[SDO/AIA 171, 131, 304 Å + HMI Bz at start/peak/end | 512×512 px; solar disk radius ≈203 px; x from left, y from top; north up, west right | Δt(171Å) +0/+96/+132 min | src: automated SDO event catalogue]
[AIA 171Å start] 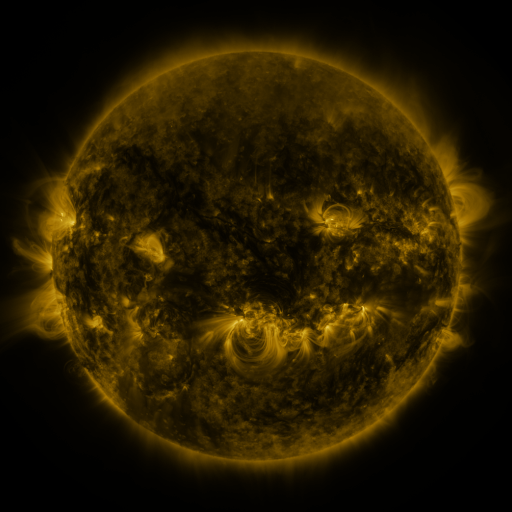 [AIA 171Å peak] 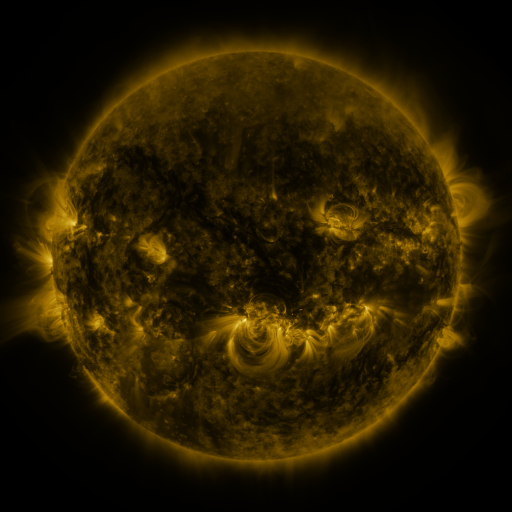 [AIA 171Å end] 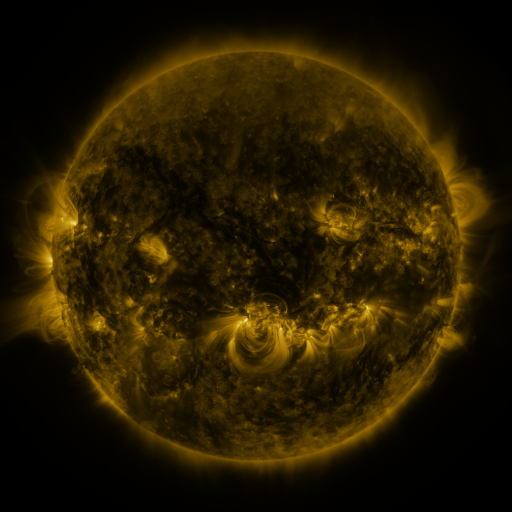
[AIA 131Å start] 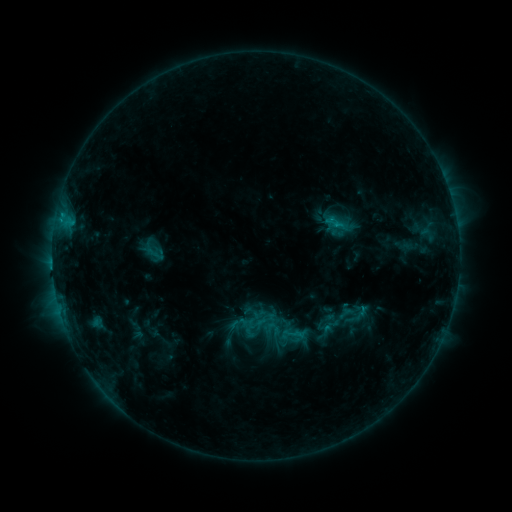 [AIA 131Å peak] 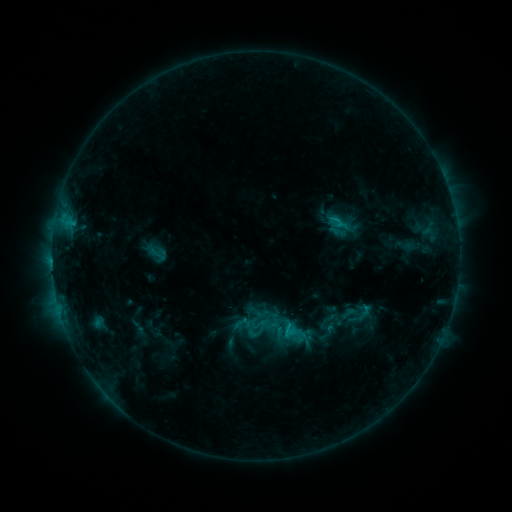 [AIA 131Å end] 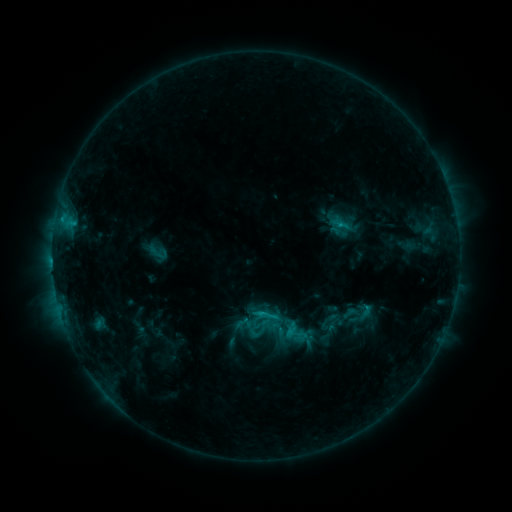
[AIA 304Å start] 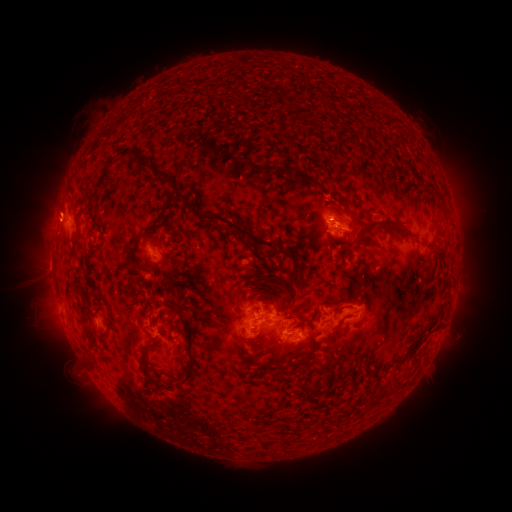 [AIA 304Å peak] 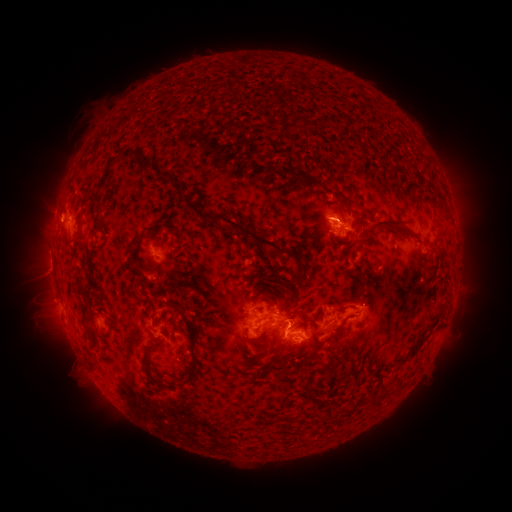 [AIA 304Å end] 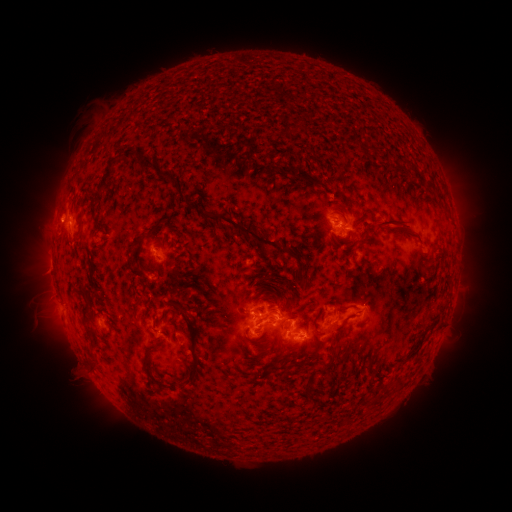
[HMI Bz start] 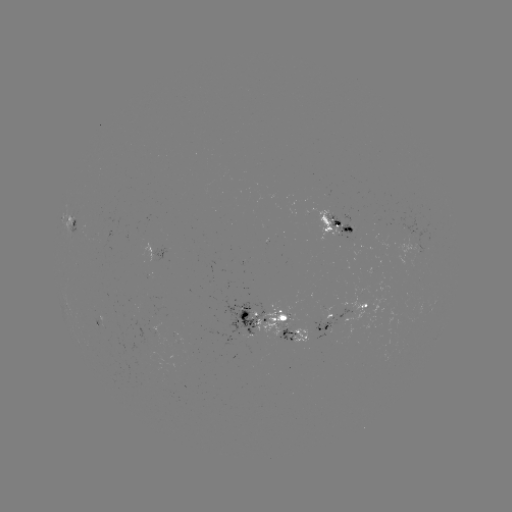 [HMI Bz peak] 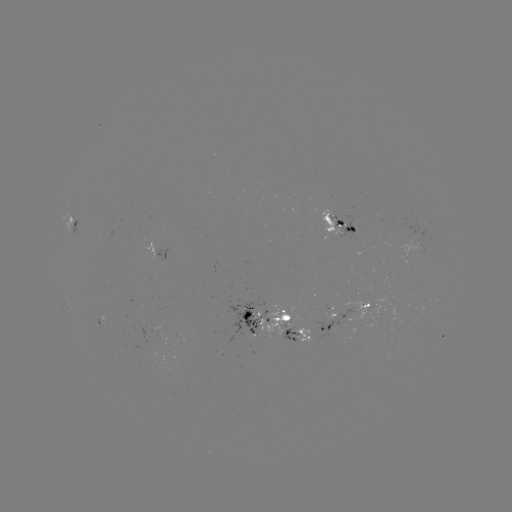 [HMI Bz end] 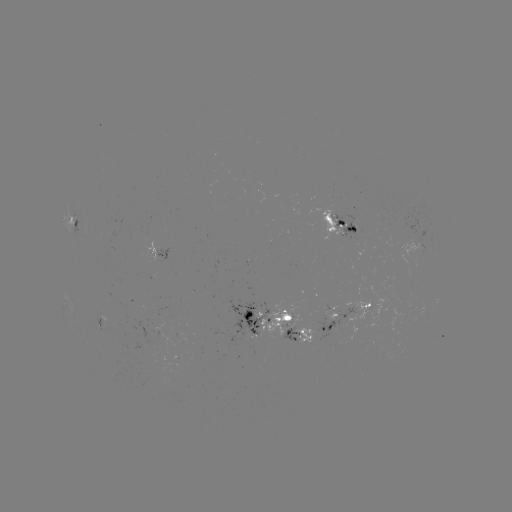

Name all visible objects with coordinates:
emerging-flux region: (351, 235)
